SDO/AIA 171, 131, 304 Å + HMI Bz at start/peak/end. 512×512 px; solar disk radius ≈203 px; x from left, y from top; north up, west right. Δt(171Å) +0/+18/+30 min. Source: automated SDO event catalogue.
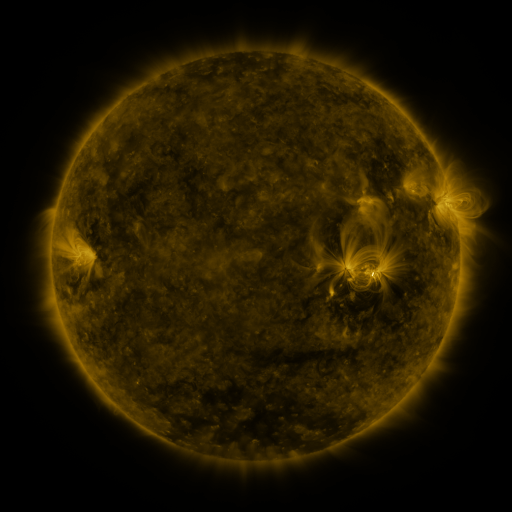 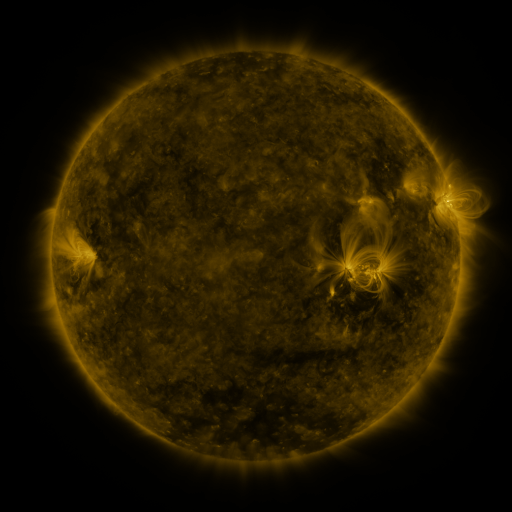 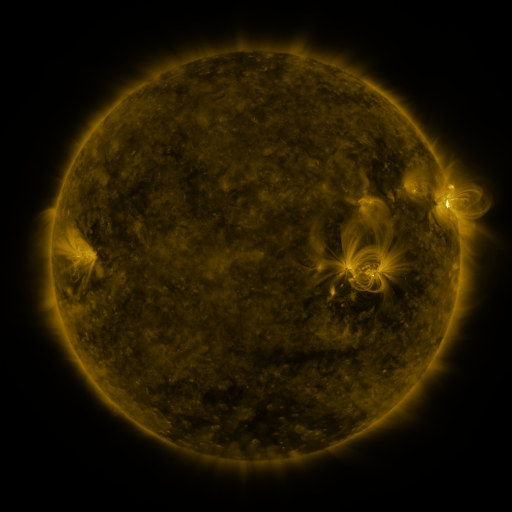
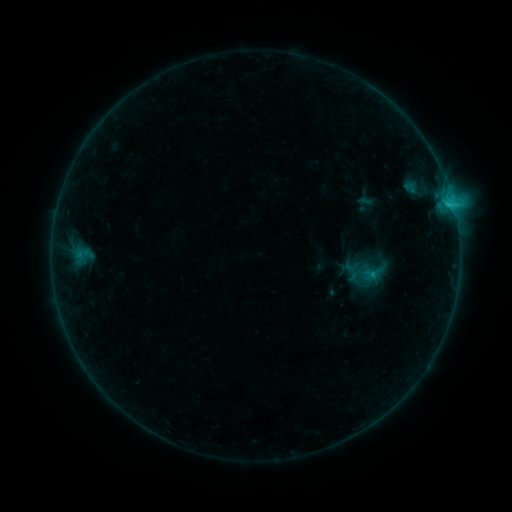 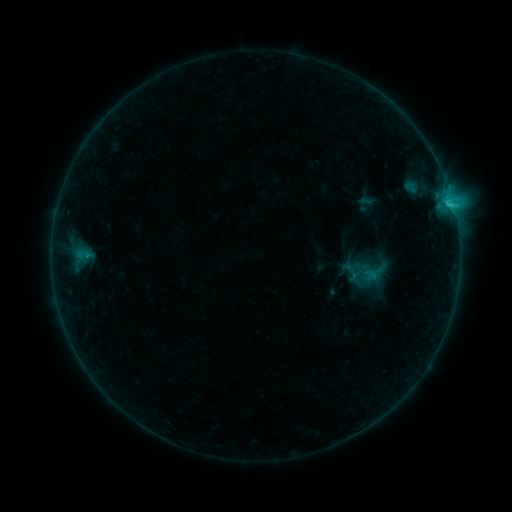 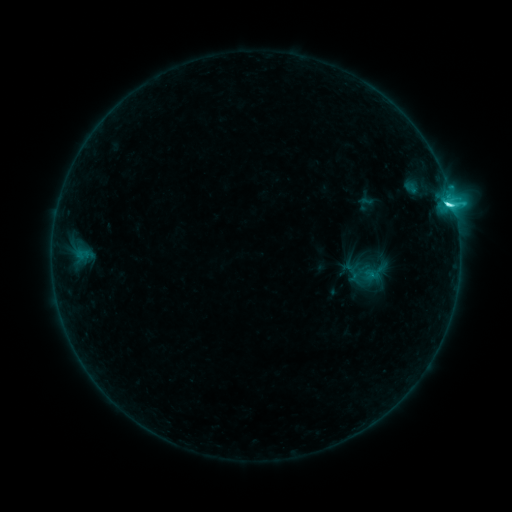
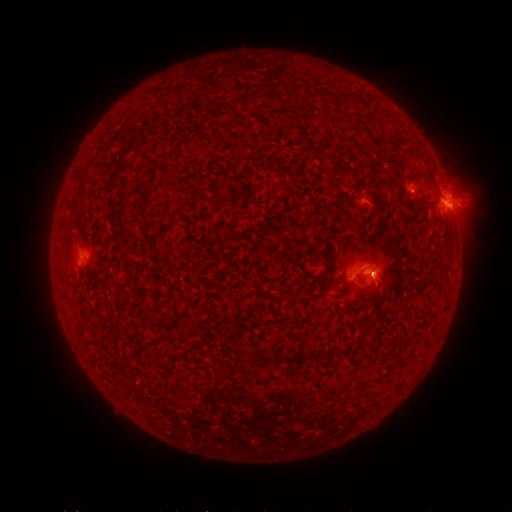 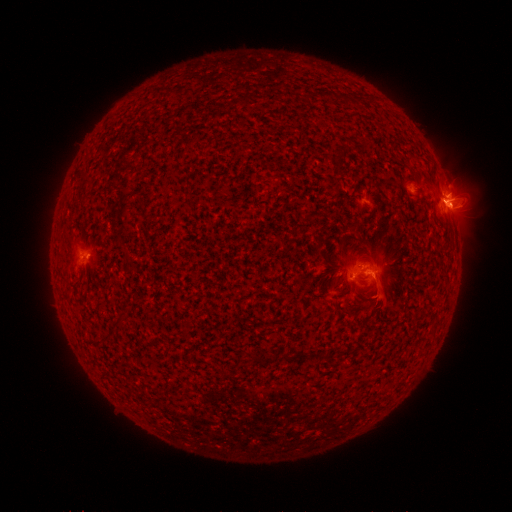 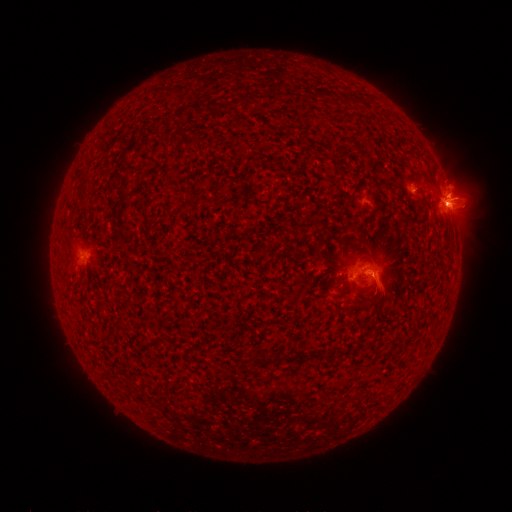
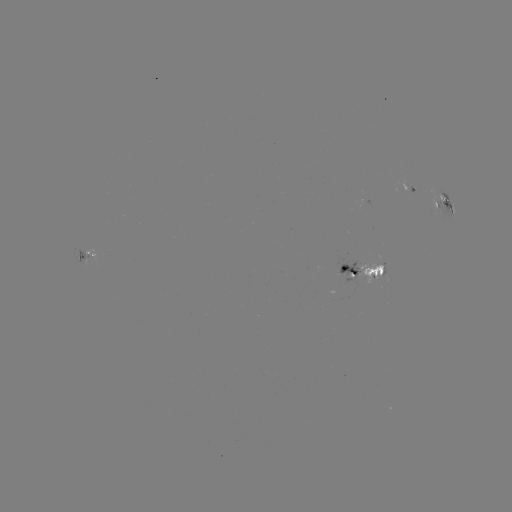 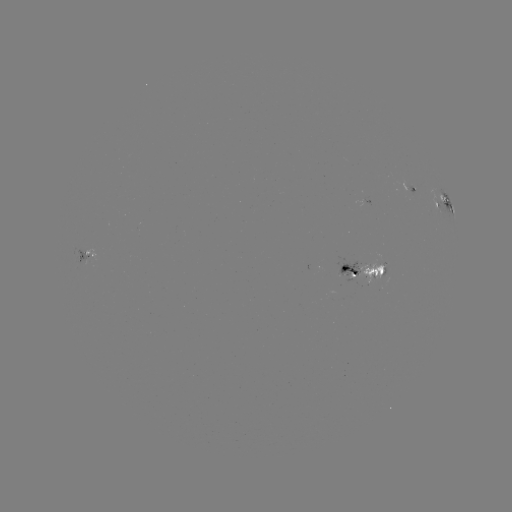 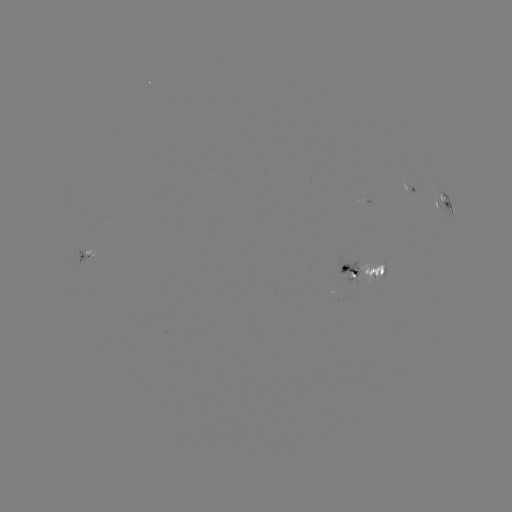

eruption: [353, 235, 410, 324]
